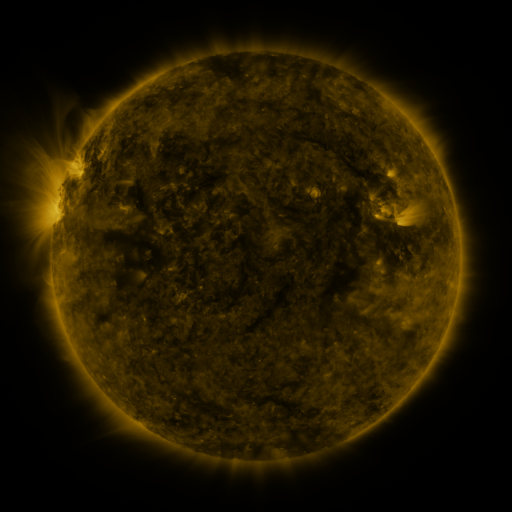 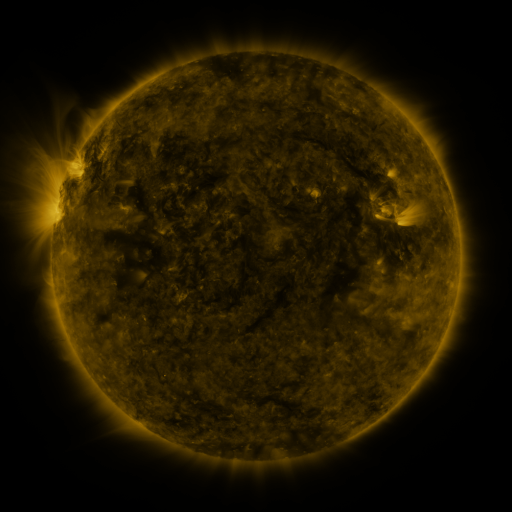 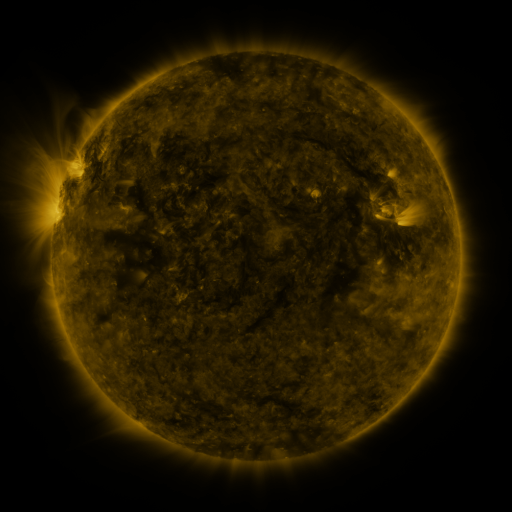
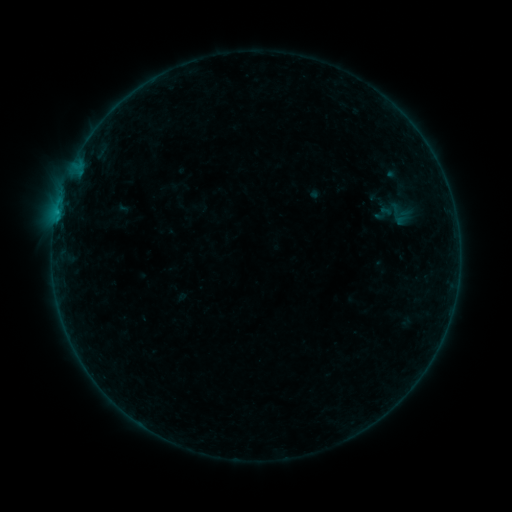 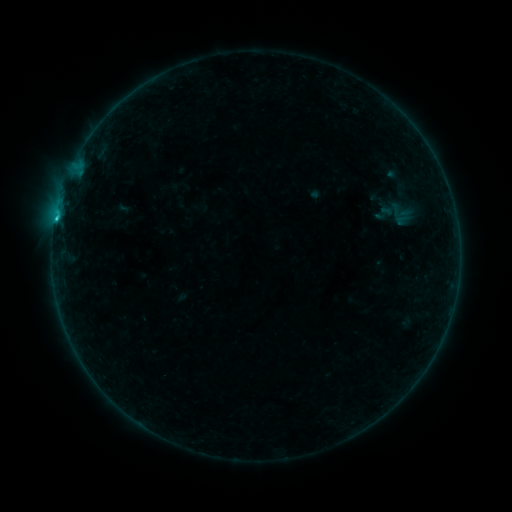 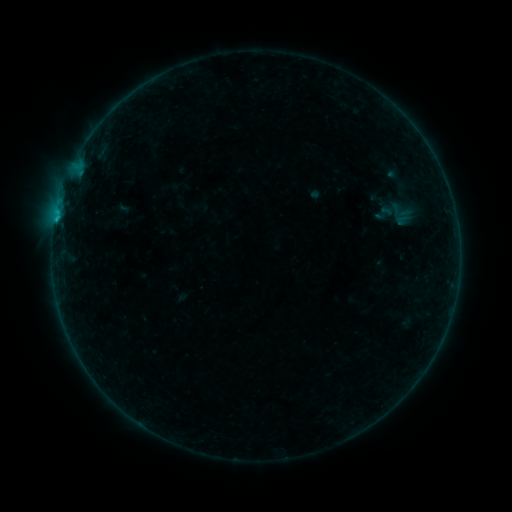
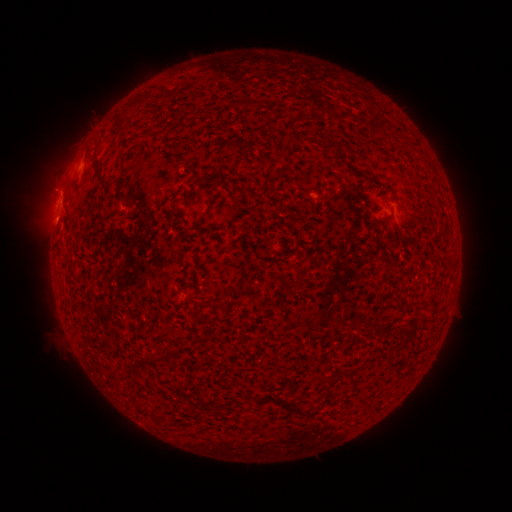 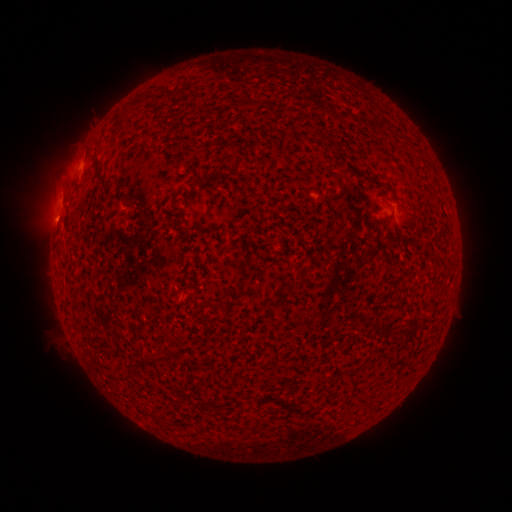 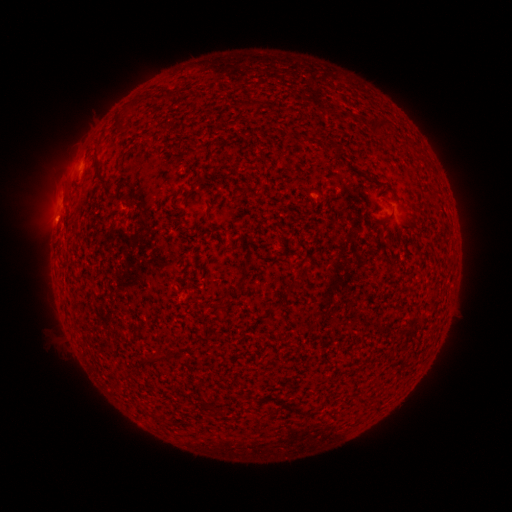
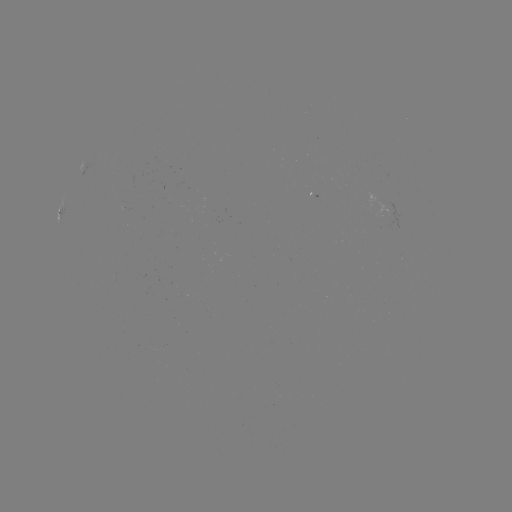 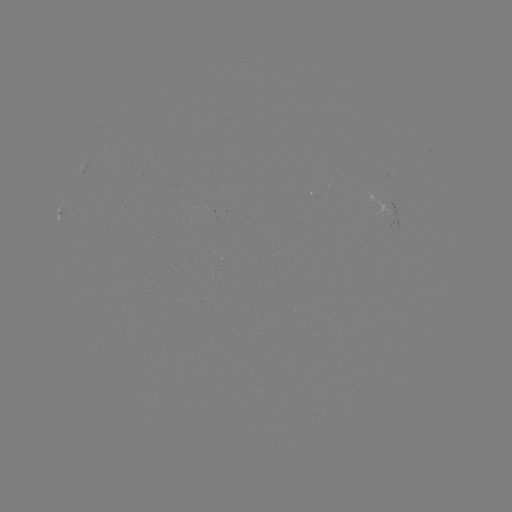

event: flare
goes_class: B6.9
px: (57, 218)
